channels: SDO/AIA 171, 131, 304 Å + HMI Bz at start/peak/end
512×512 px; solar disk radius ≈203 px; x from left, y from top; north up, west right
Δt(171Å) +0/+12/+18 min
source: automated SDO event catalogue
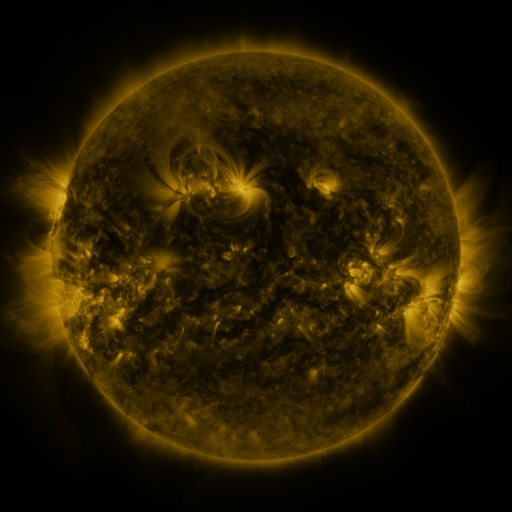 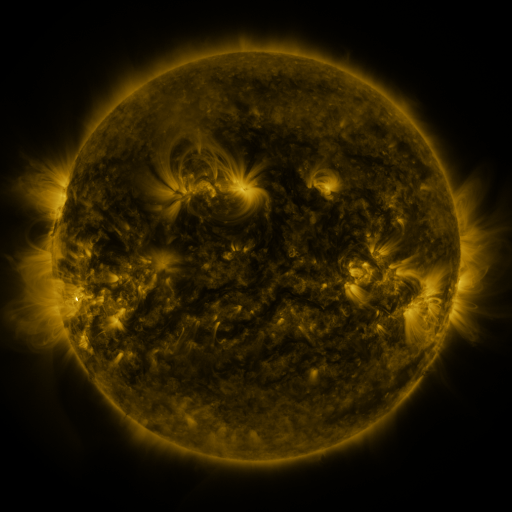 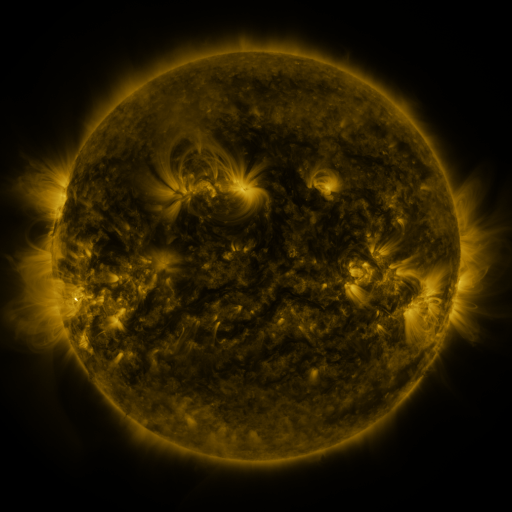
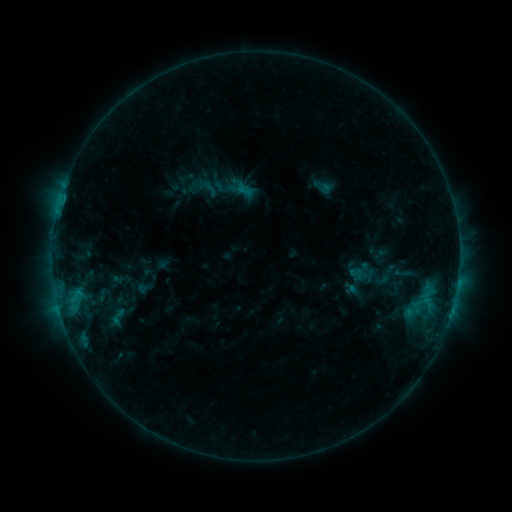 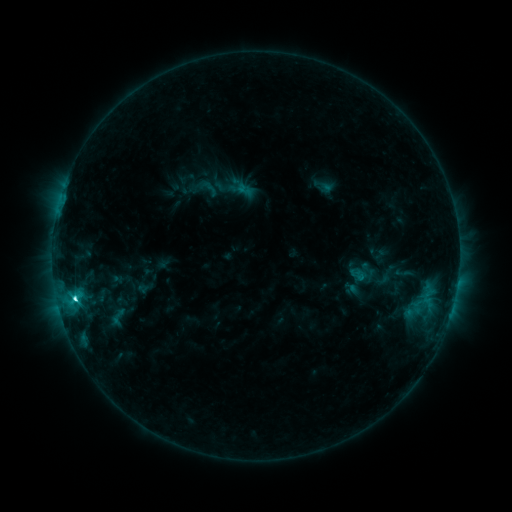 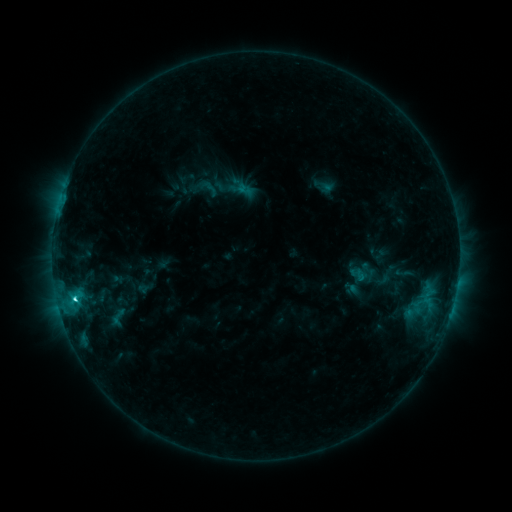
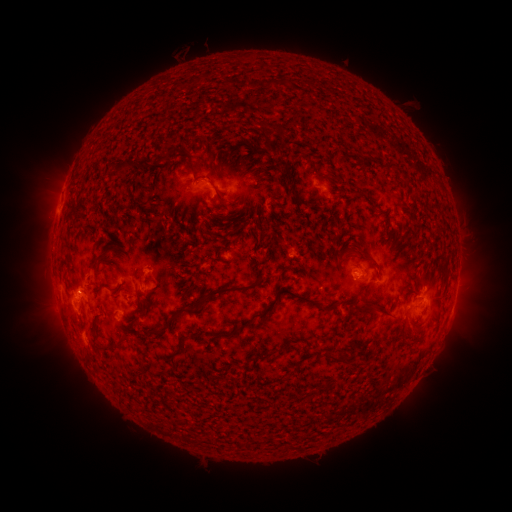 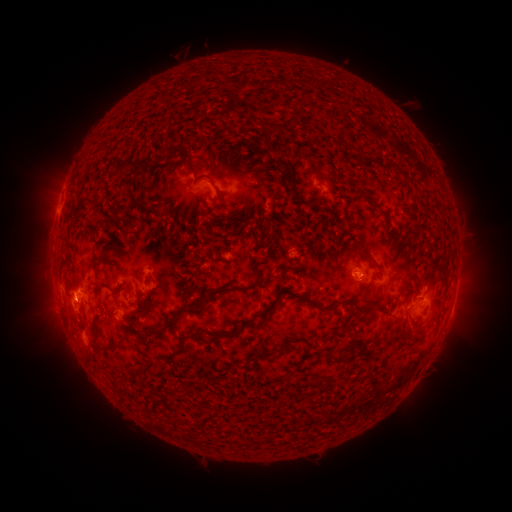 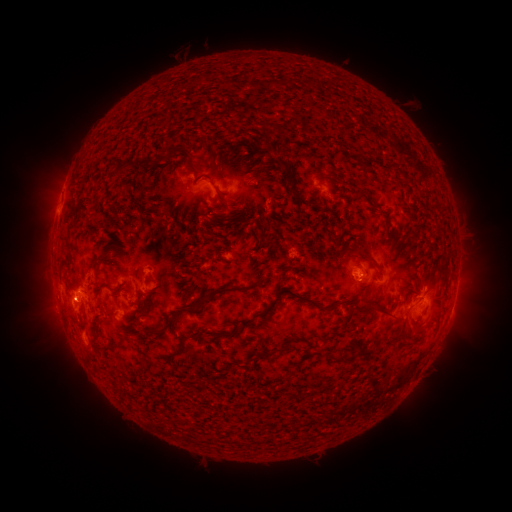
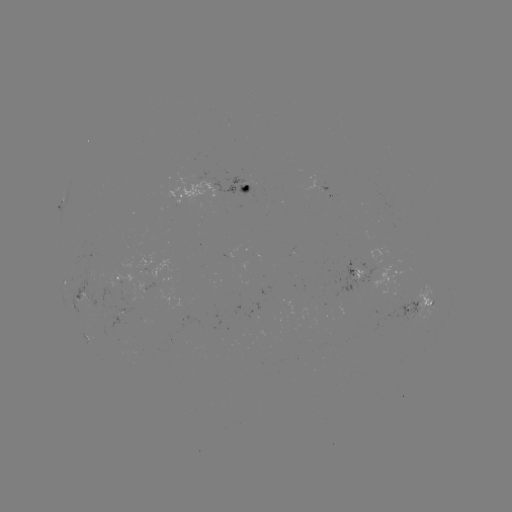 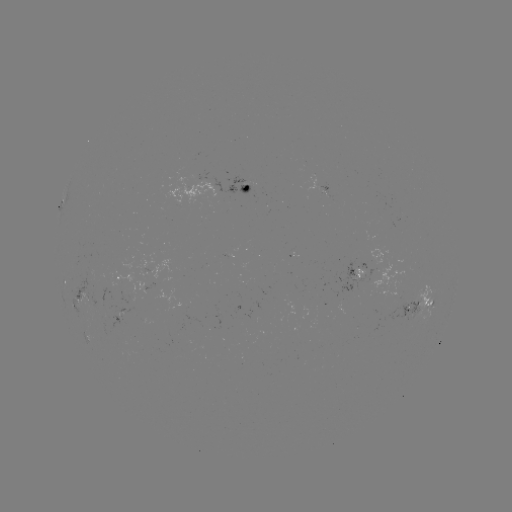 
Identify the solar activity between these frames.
C3.4 flare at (76, 298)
